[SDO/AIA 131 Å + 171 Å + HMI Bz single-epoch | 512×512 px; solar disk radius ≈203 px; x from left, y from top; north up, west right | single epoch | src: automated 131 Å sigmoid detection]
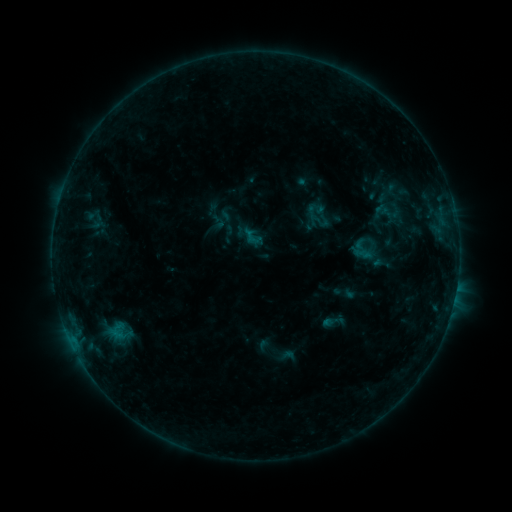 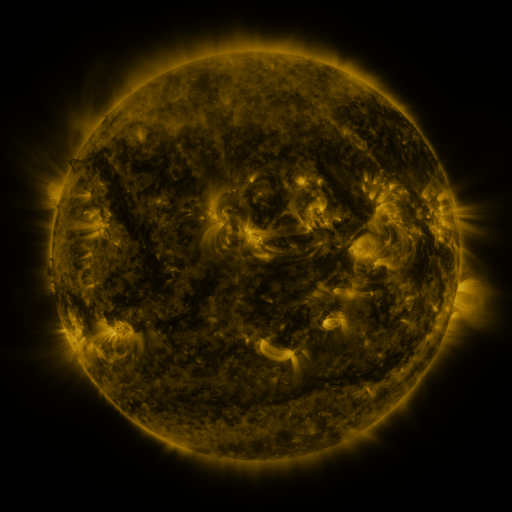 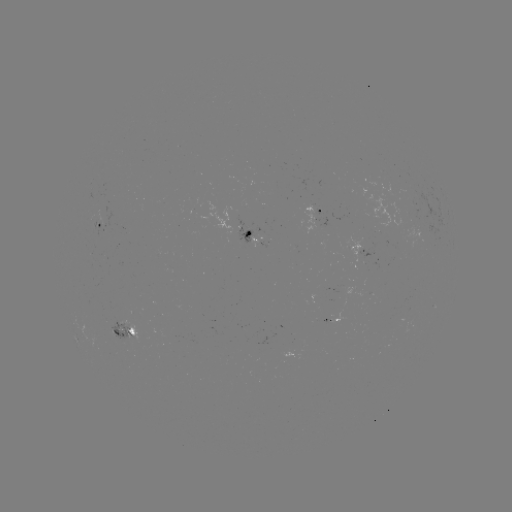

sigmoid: (378, 203, 404, 222)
